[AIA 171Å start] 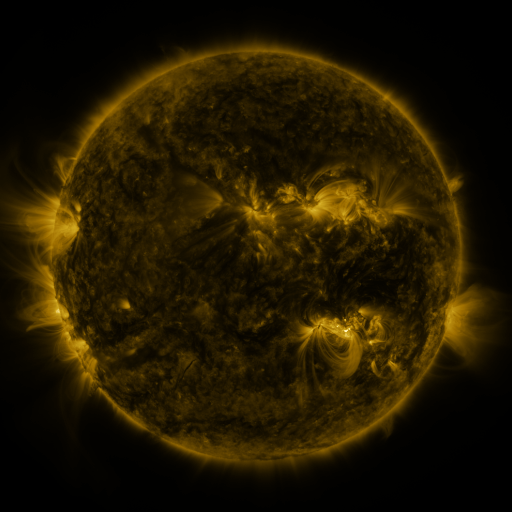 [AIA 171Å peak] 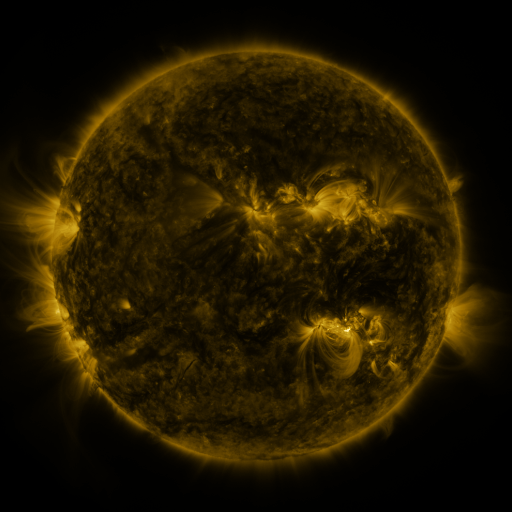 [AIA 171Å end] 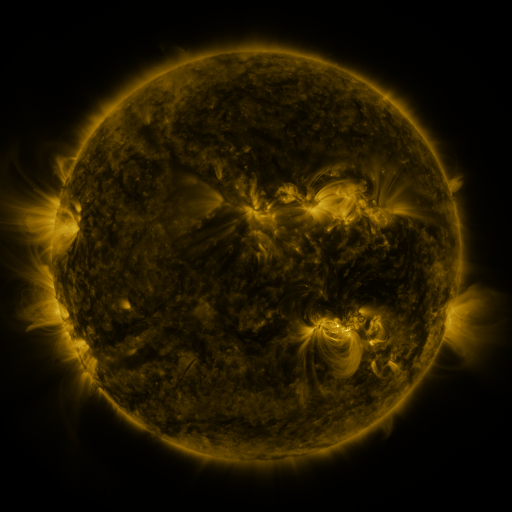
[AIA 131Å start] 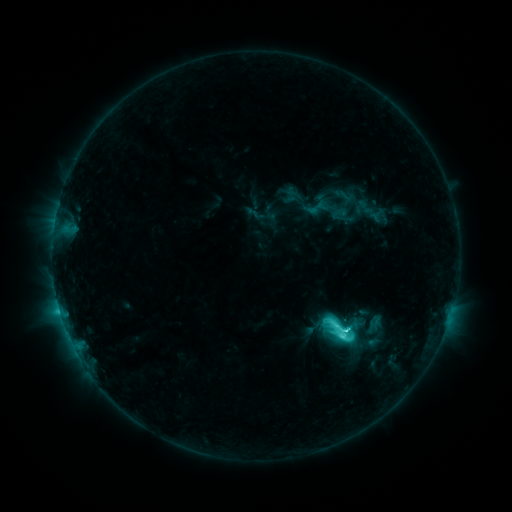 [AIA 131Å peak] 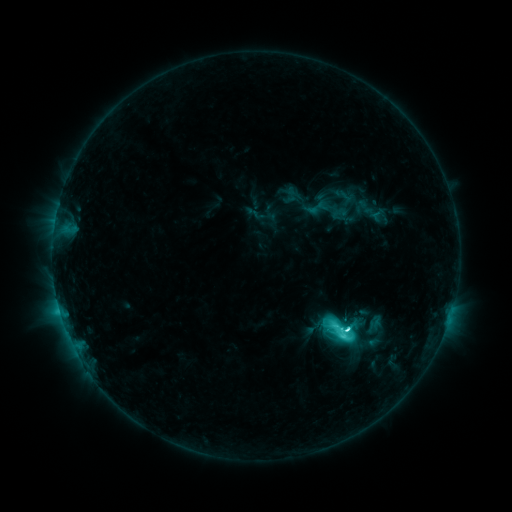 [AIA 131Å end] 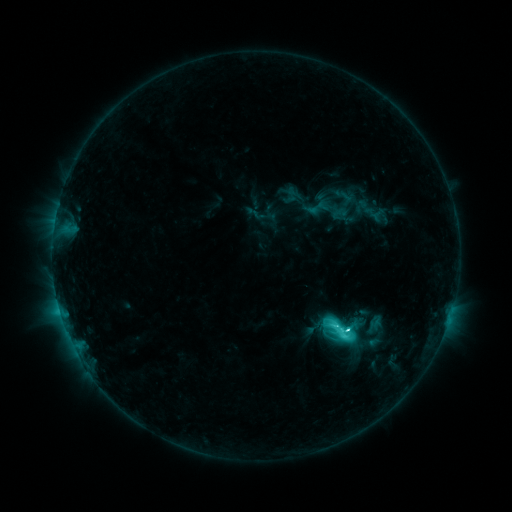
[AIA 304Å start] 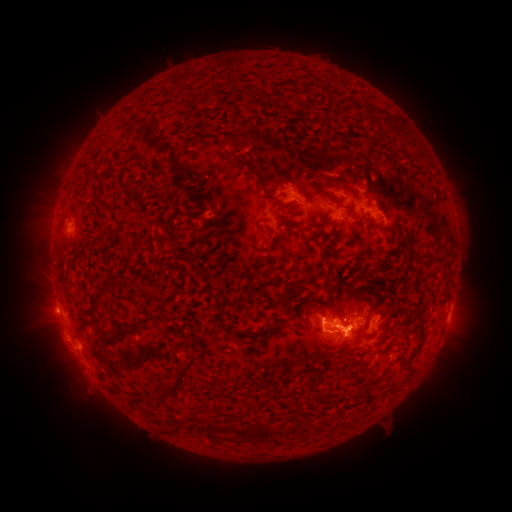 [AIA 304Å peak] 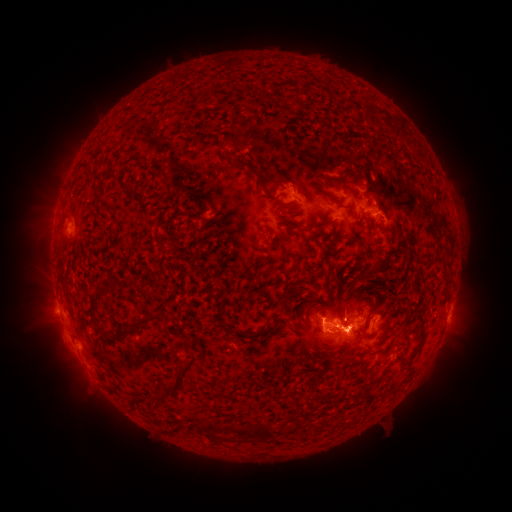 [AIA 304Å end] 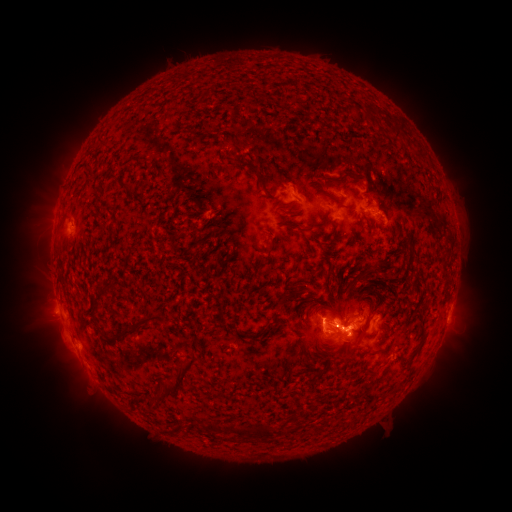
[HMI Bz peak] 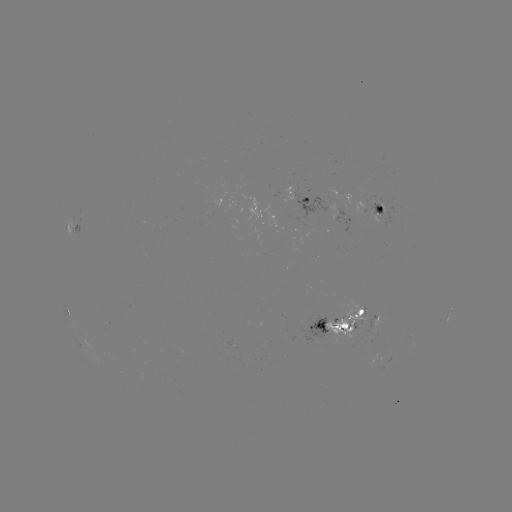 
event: eruption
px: (349, 348)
